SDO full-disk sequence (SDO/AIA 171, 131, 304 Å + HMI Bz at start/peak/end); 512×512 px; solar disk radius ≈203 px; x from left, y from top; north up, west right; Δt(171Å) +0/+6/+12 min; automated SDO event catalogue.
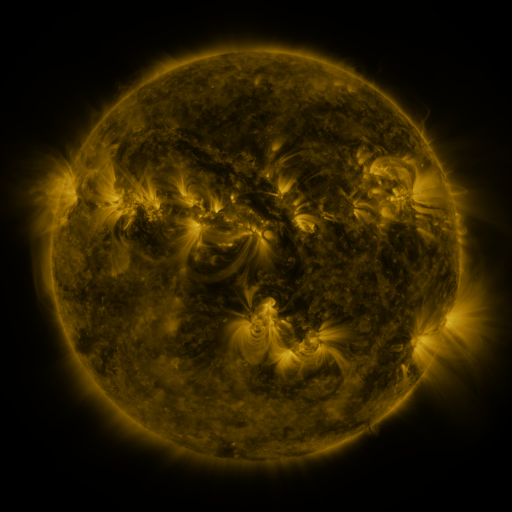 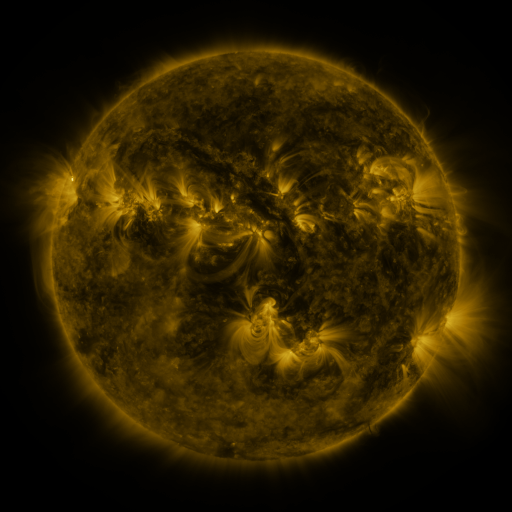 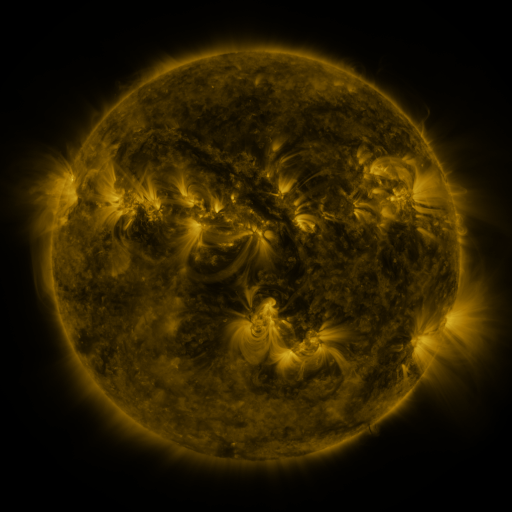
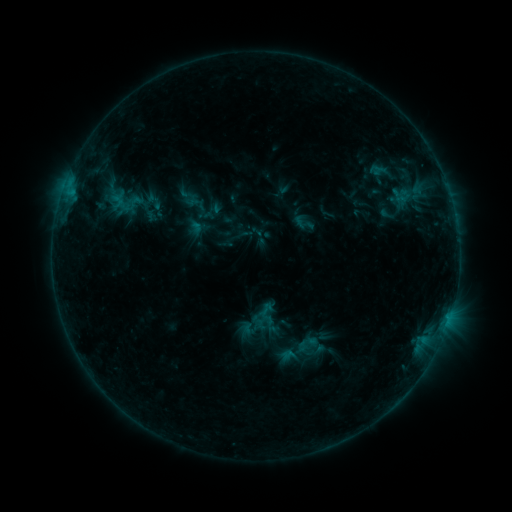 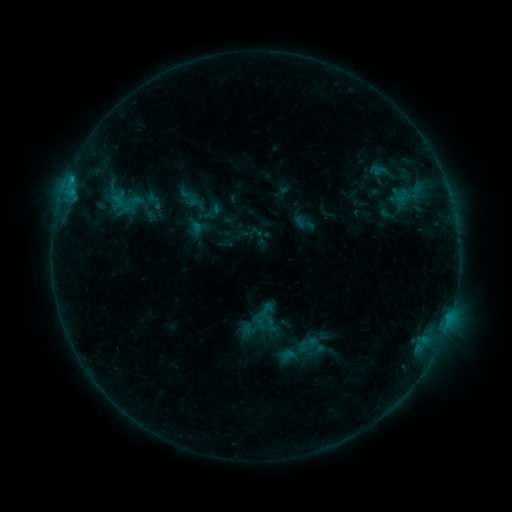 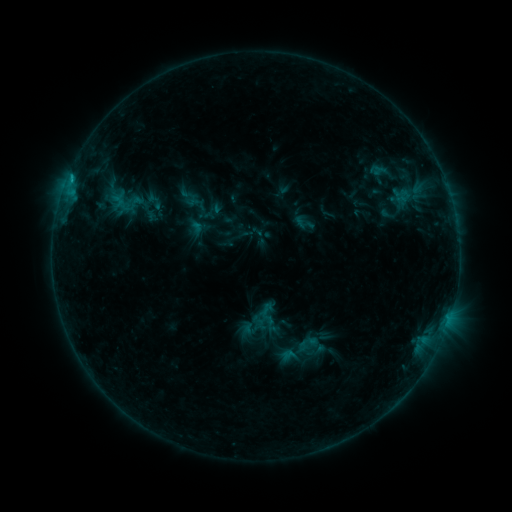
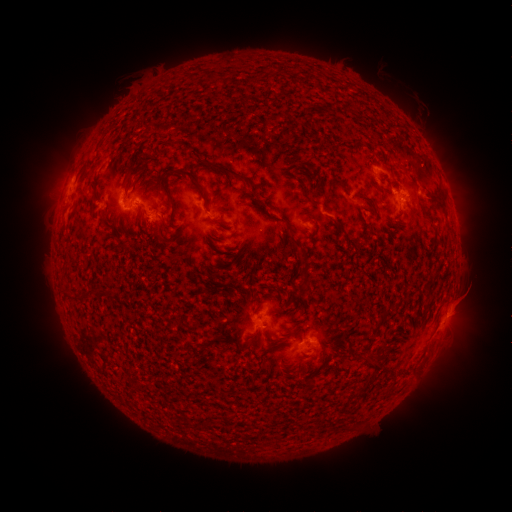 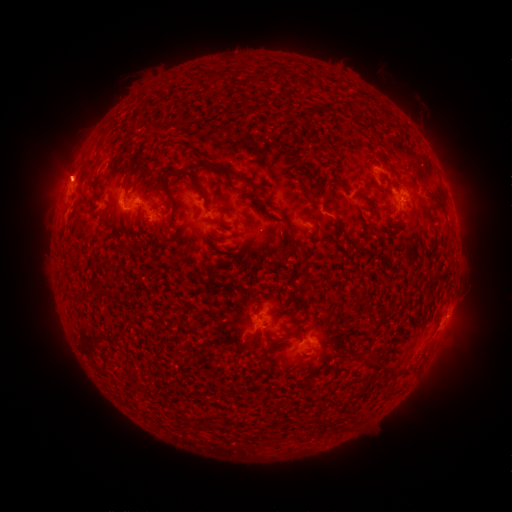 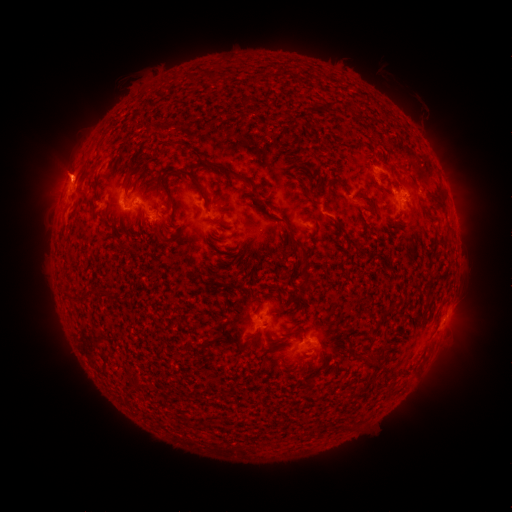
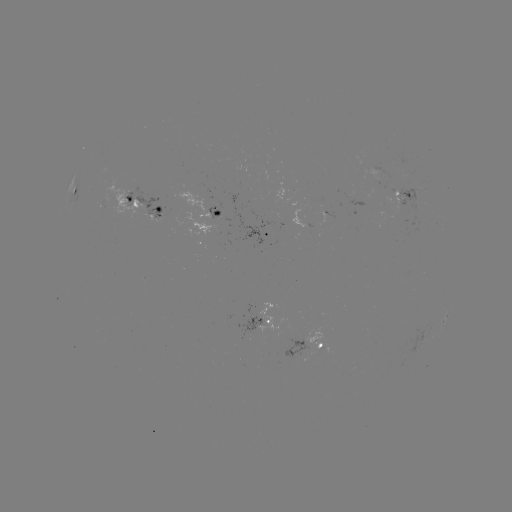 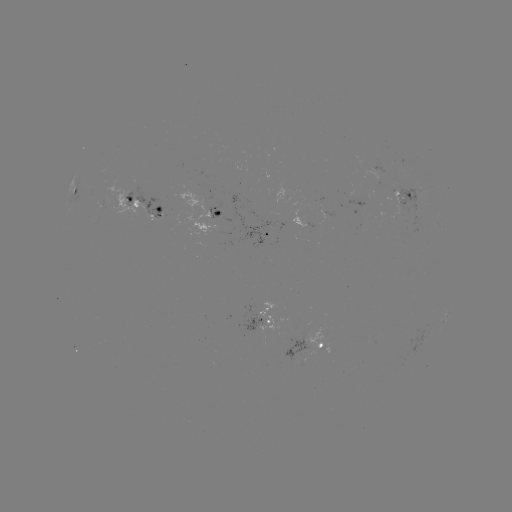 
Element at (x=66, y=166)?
eruption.